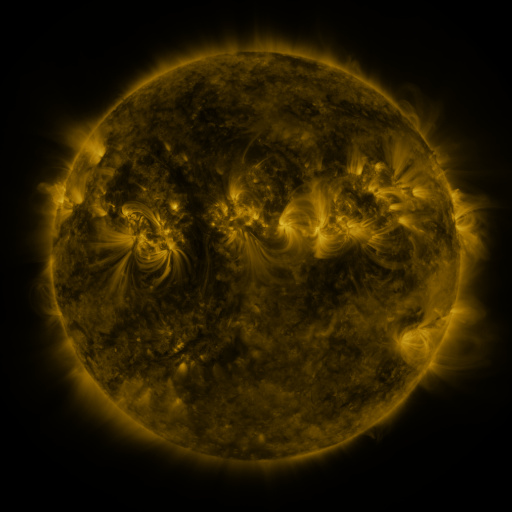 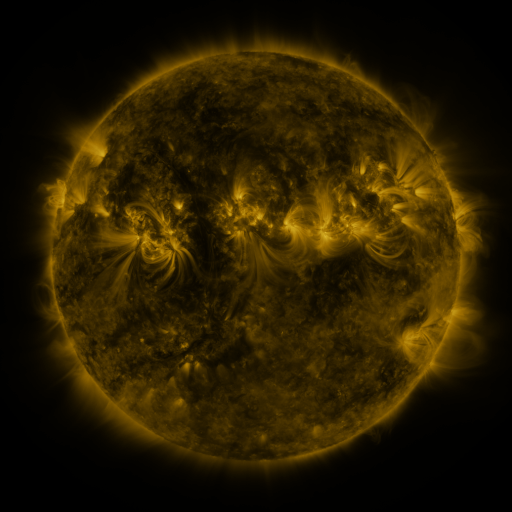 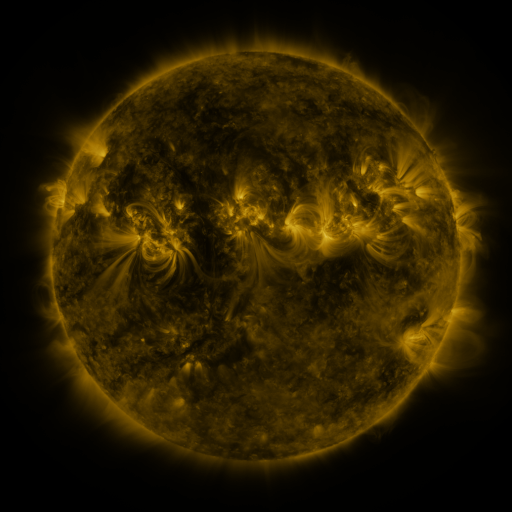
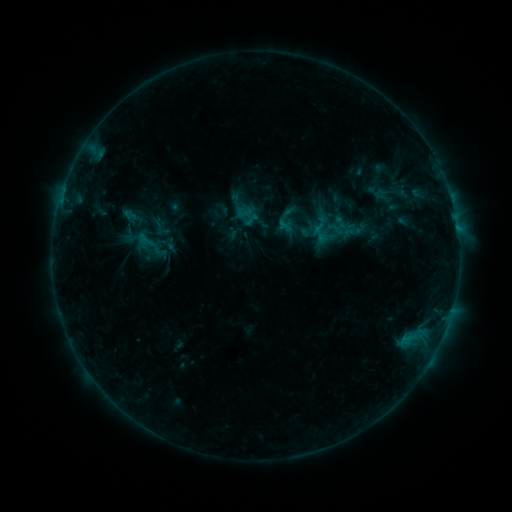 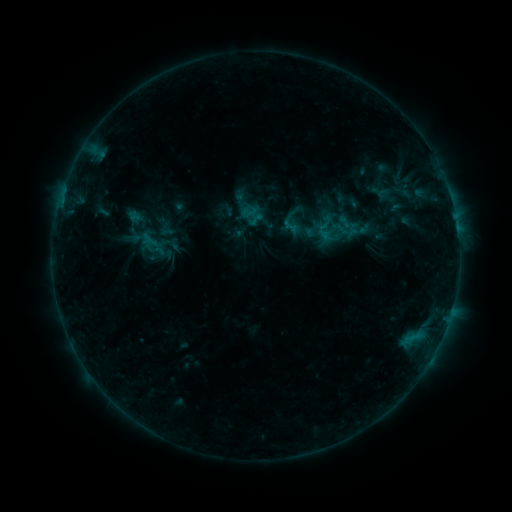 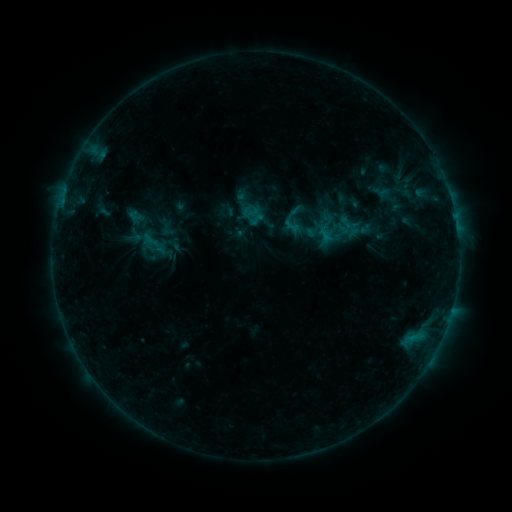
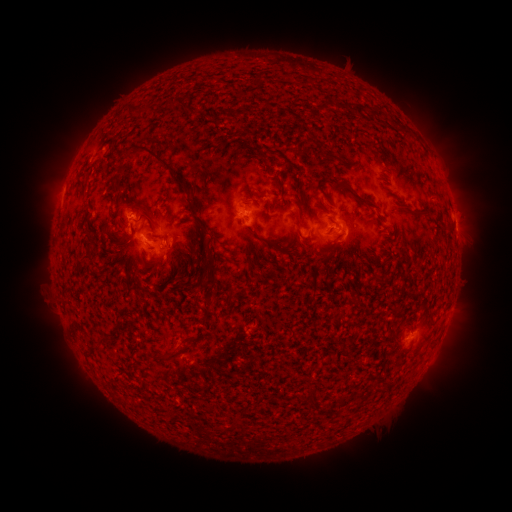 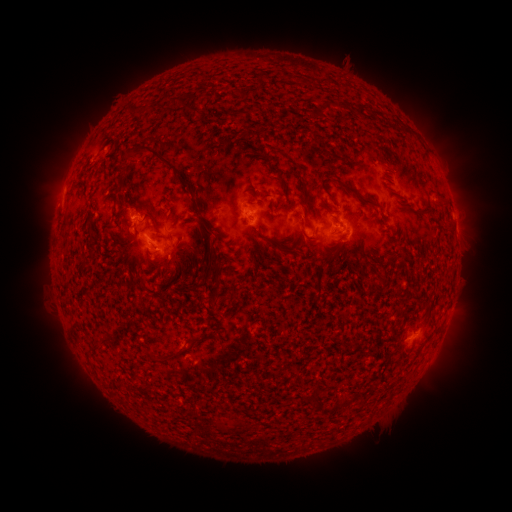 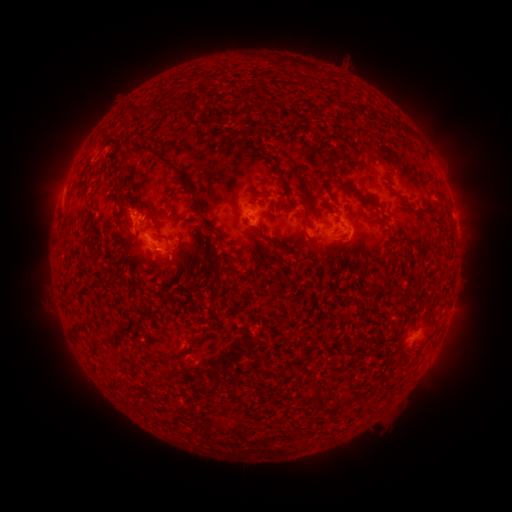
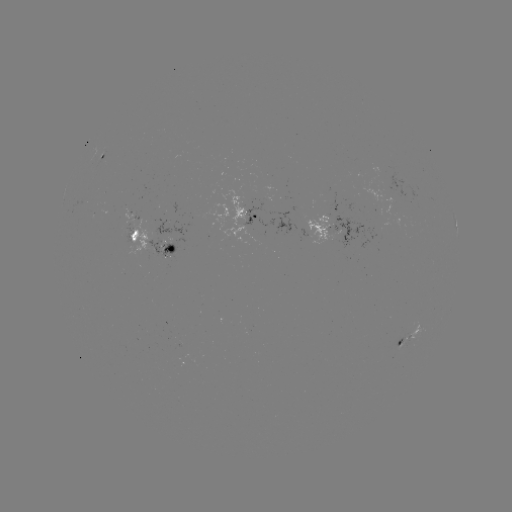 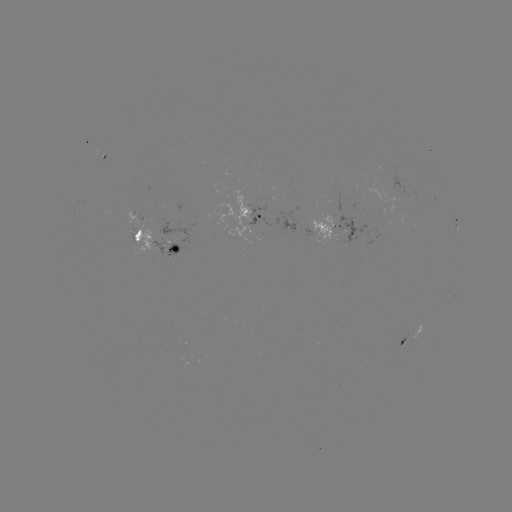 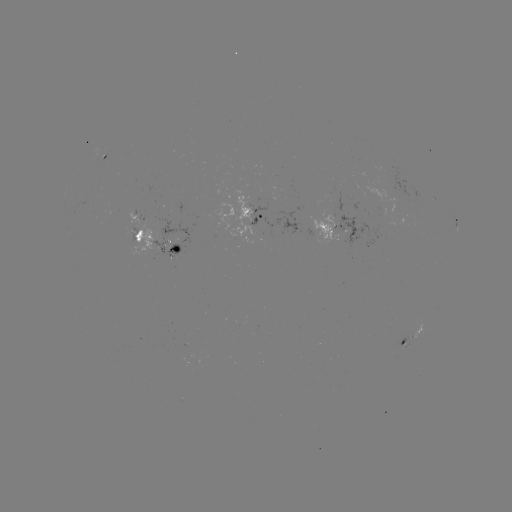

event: emerging-flux region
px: (377, 166)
